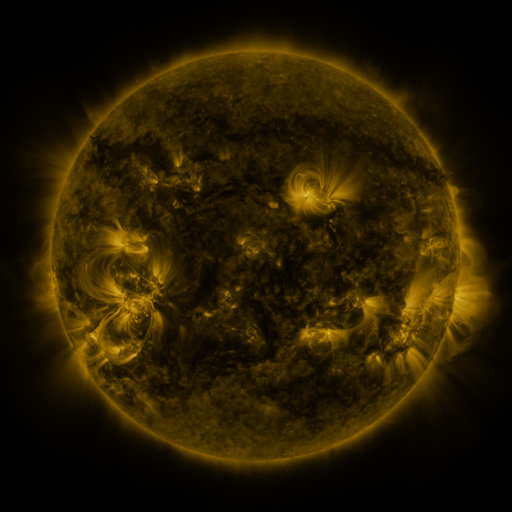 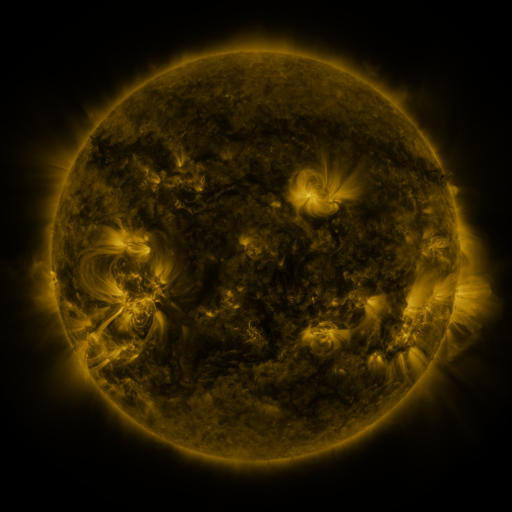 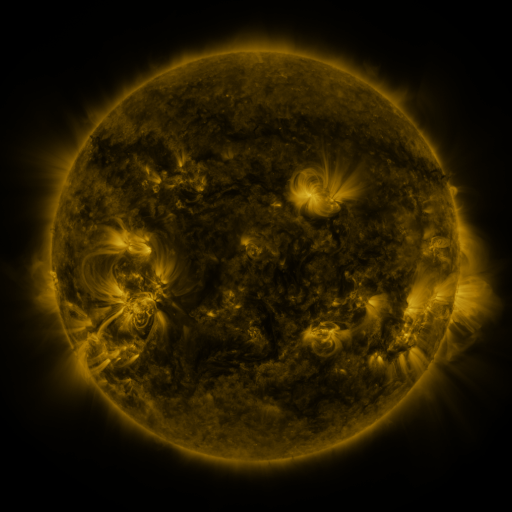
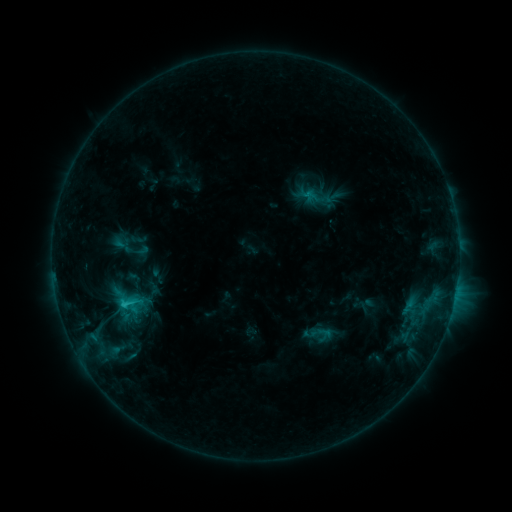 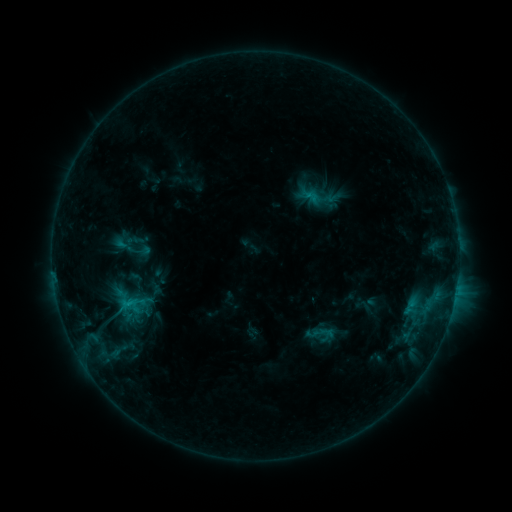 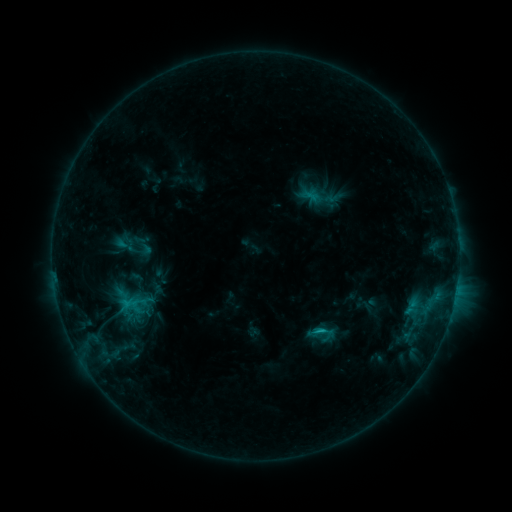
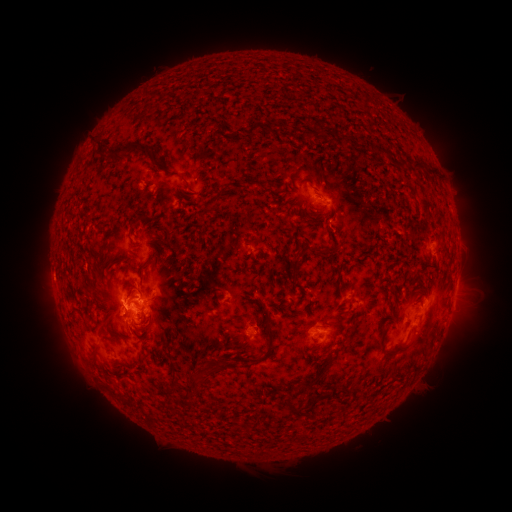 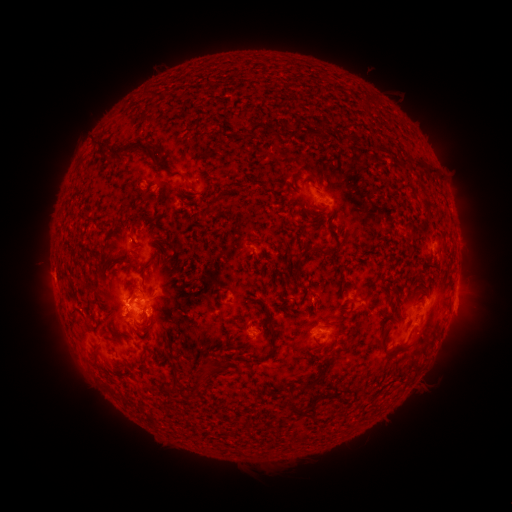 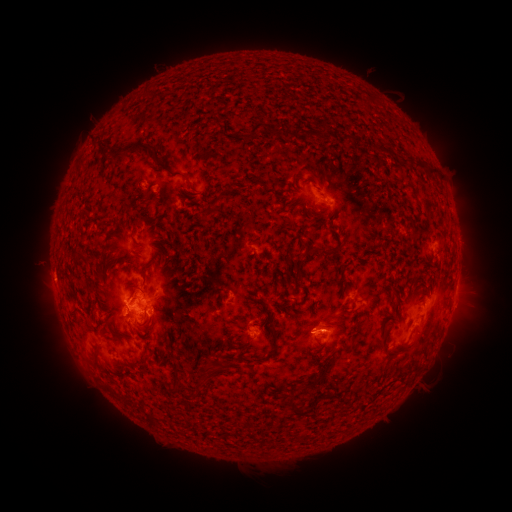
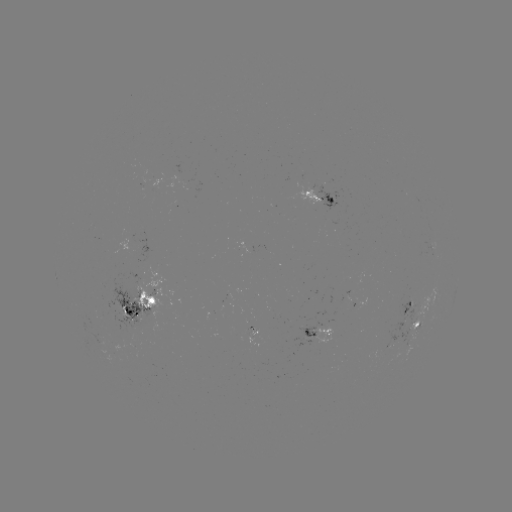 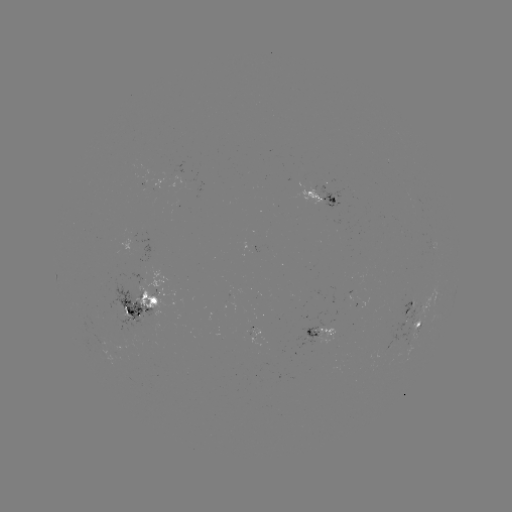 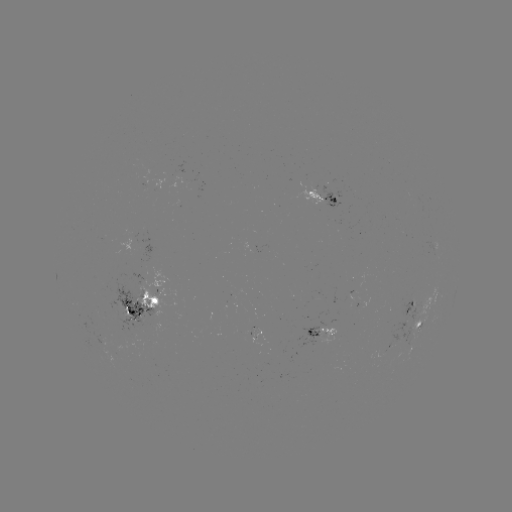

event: emerging-flux region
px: (416, 201)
